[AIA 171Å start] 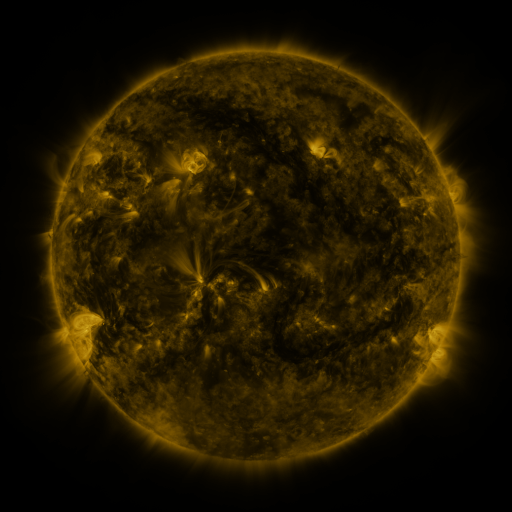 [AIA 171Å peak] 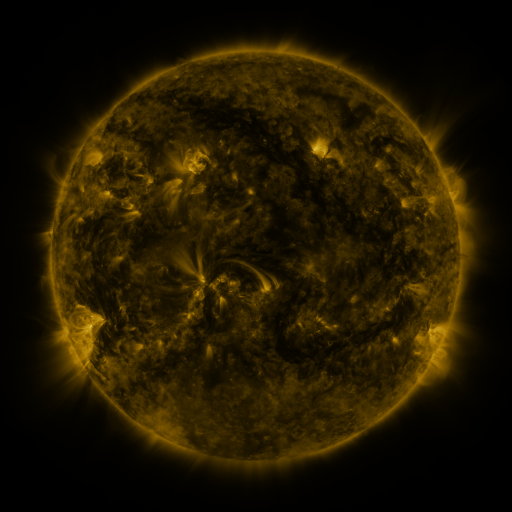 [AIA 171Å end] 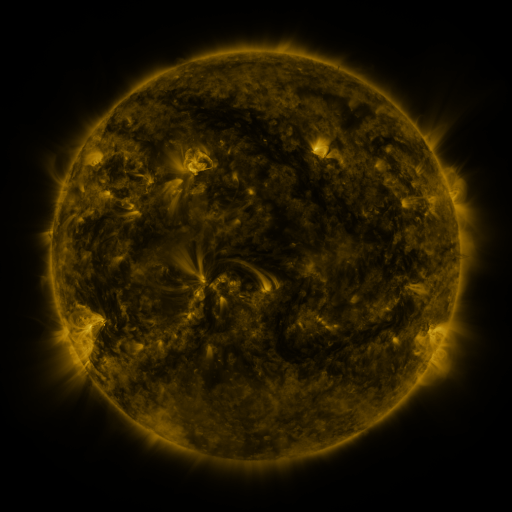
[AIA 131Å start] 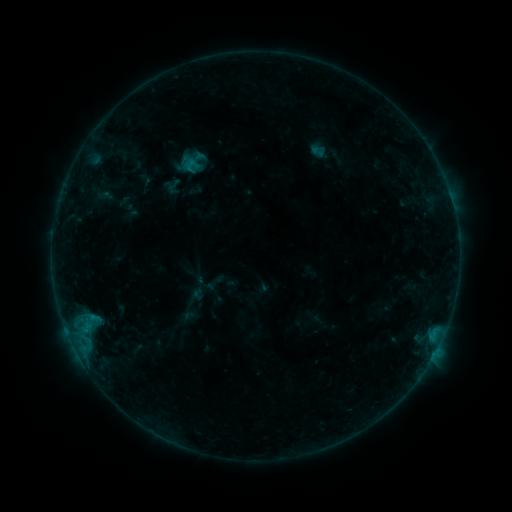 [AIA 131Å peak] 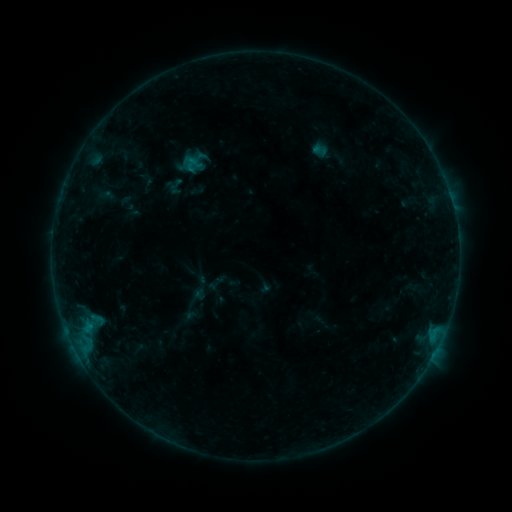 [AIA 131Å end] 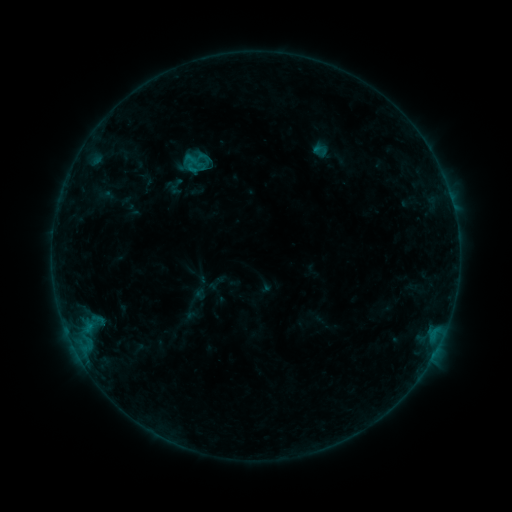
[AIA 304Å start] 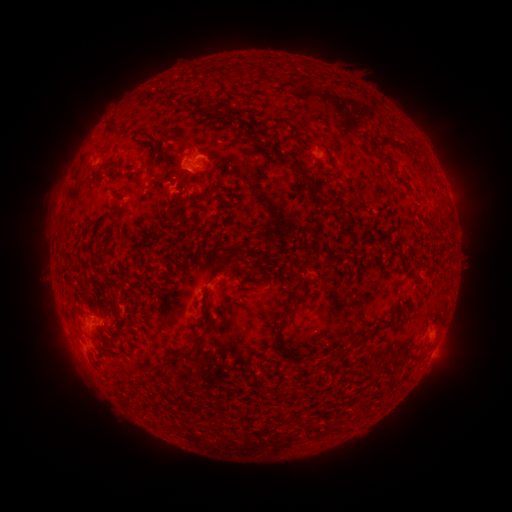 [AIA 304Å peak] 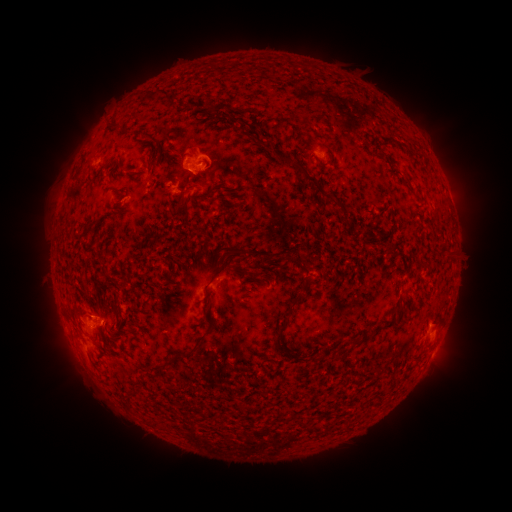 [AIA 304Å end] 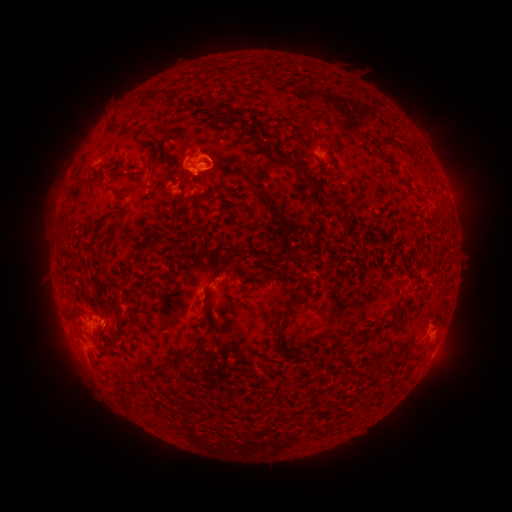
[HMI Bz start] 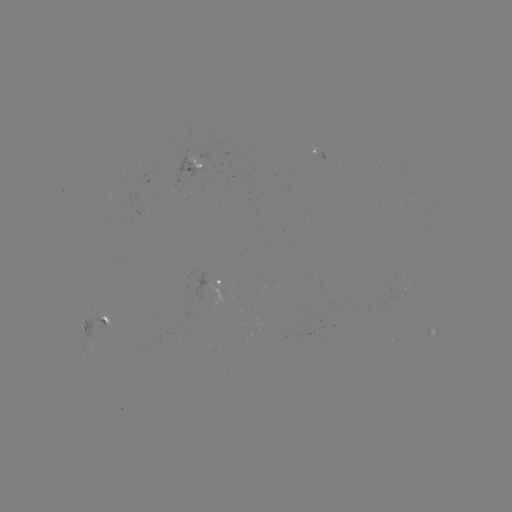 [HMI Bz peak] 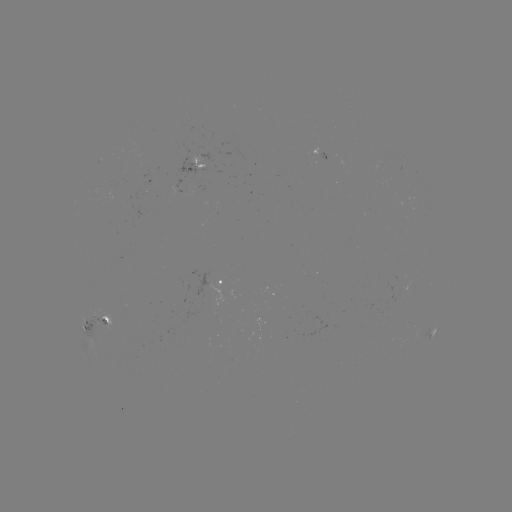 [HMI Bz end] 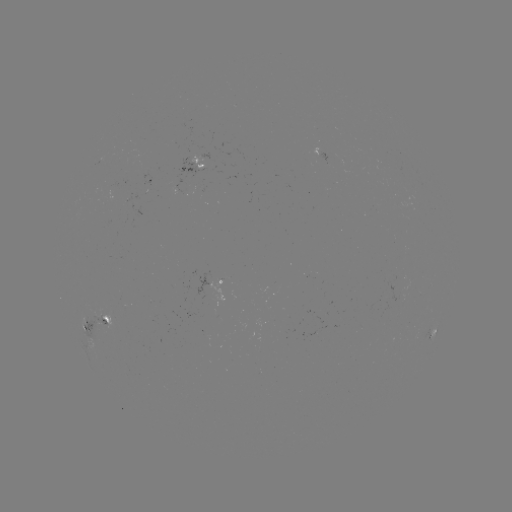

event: emerging-flux region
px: (99, 322)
